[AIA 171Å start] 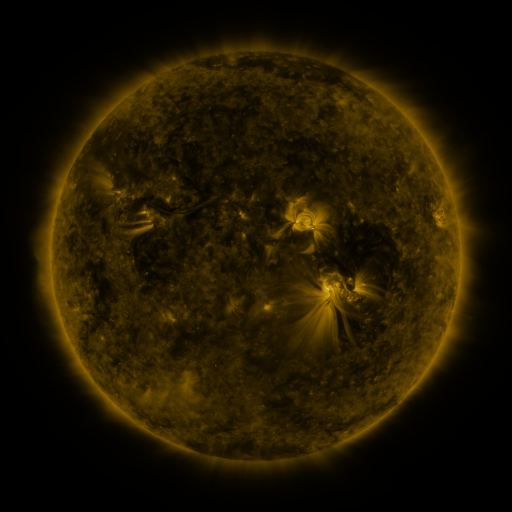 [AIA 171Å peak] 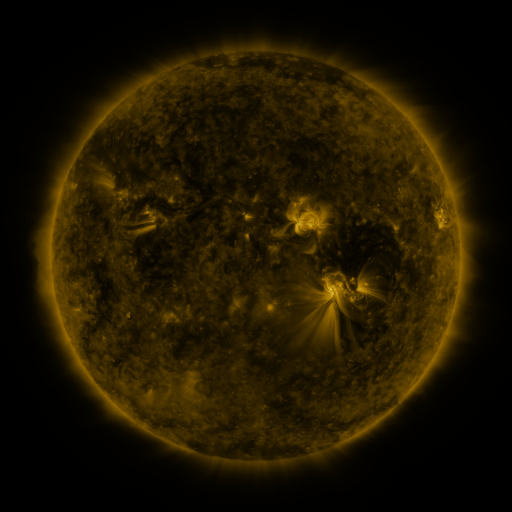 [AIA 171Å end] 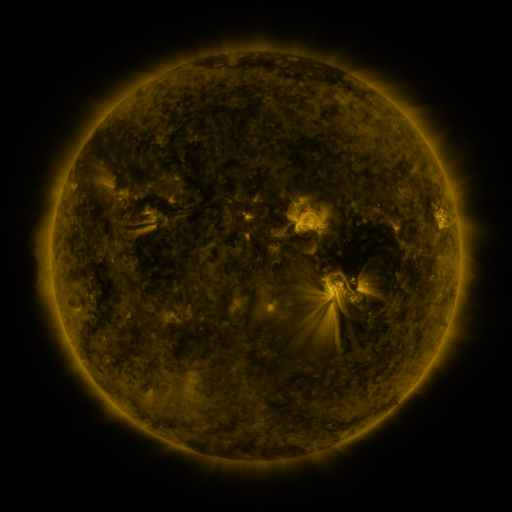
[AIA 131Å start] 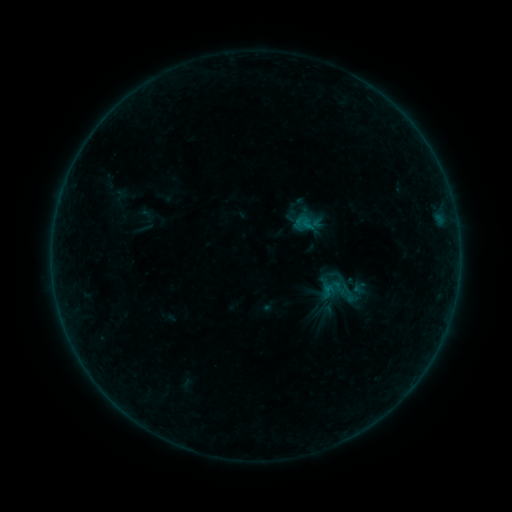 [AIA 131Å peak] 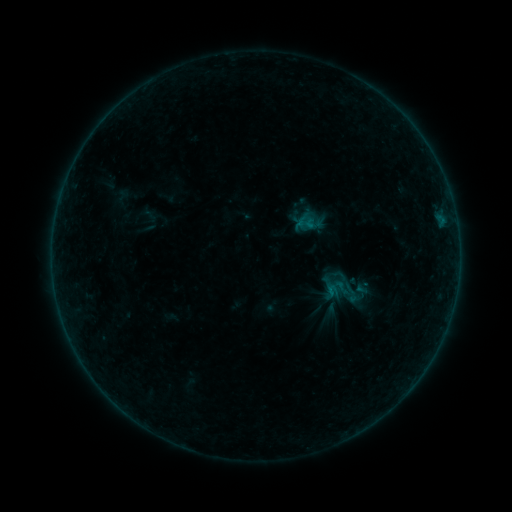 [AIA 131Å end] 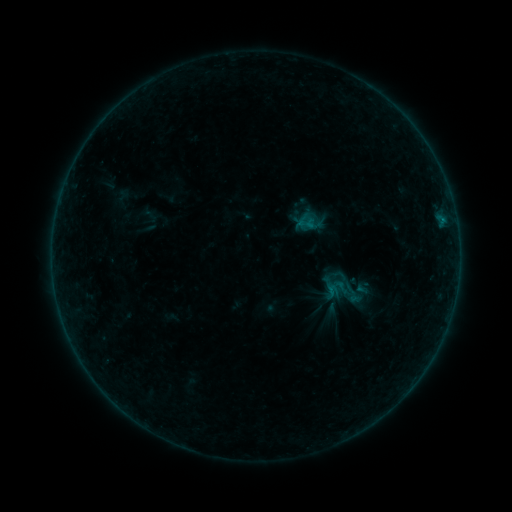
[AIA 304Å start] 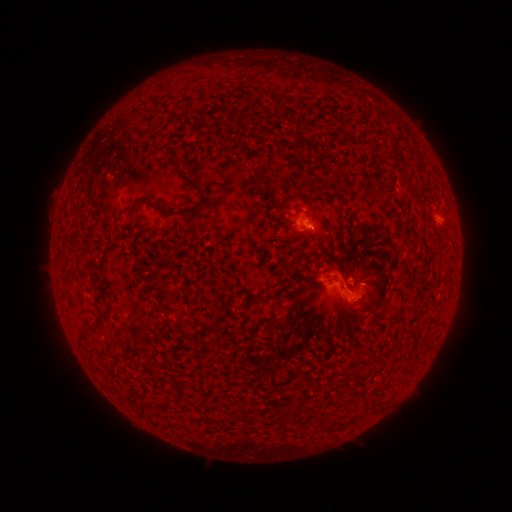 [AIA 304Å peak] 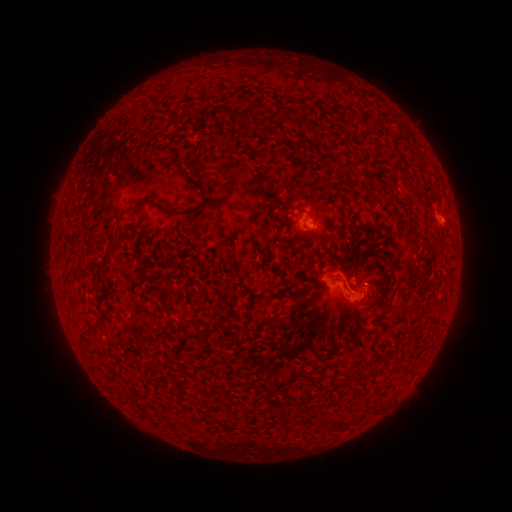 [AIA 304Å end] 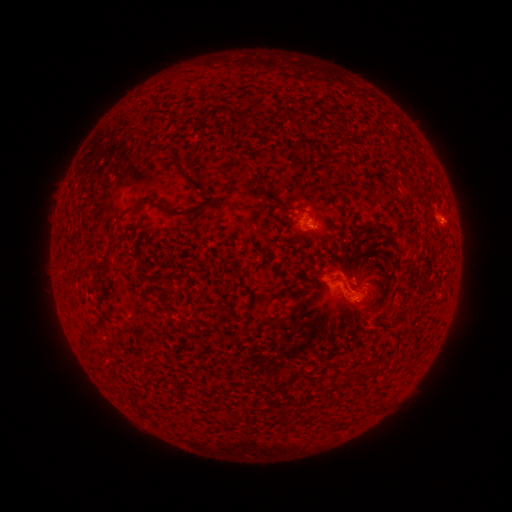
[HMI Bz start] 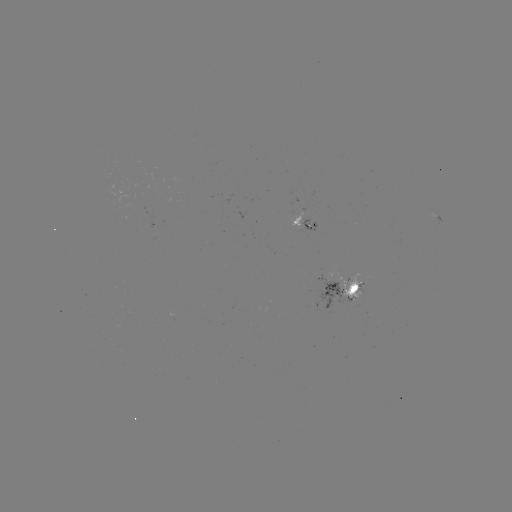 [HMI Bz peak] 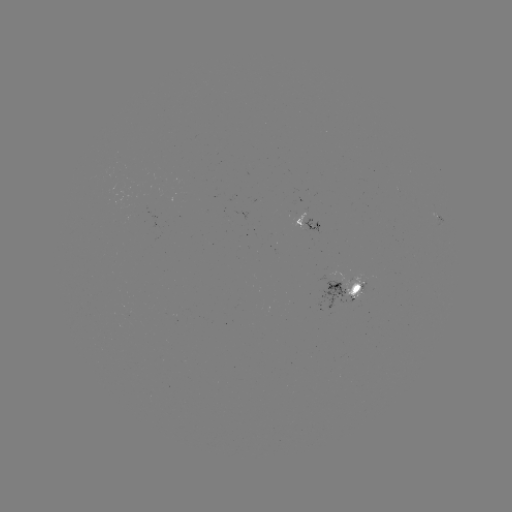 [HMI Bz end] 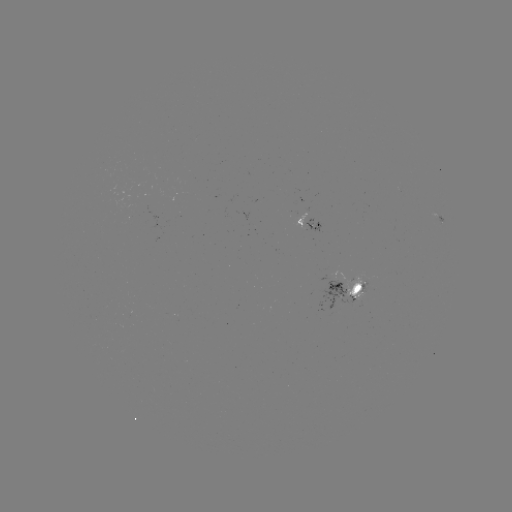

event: emerging-flux region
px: (353, 282)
